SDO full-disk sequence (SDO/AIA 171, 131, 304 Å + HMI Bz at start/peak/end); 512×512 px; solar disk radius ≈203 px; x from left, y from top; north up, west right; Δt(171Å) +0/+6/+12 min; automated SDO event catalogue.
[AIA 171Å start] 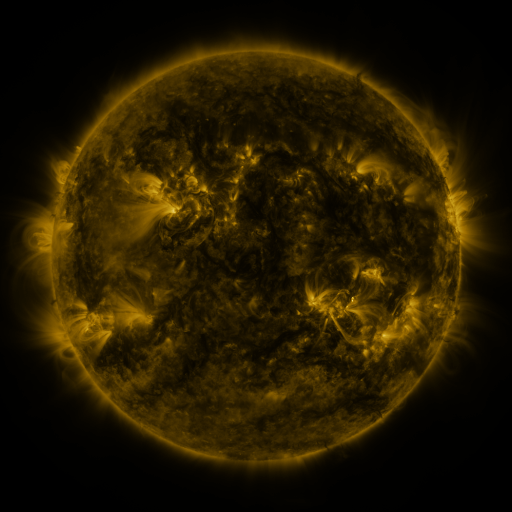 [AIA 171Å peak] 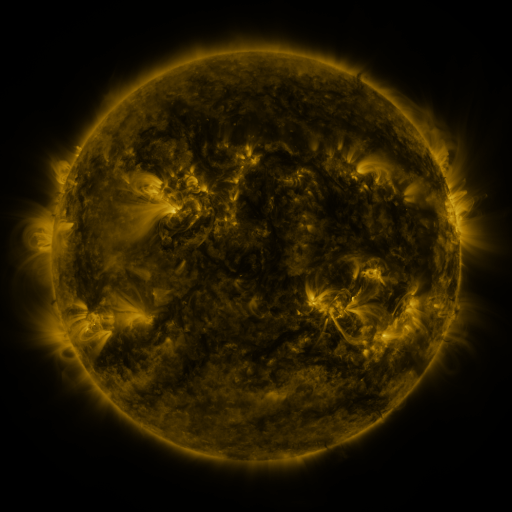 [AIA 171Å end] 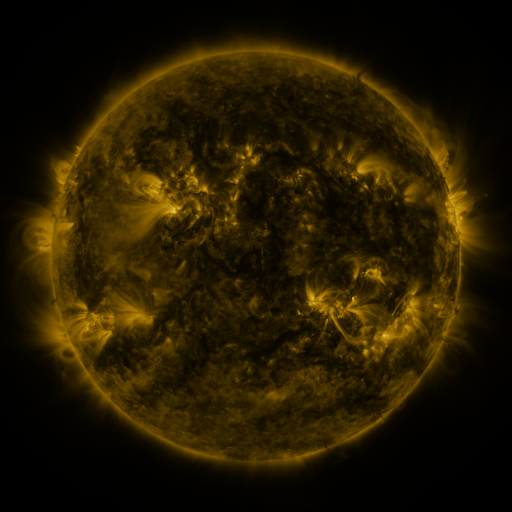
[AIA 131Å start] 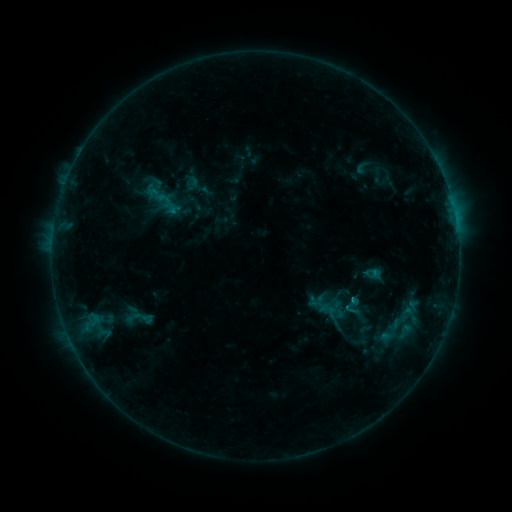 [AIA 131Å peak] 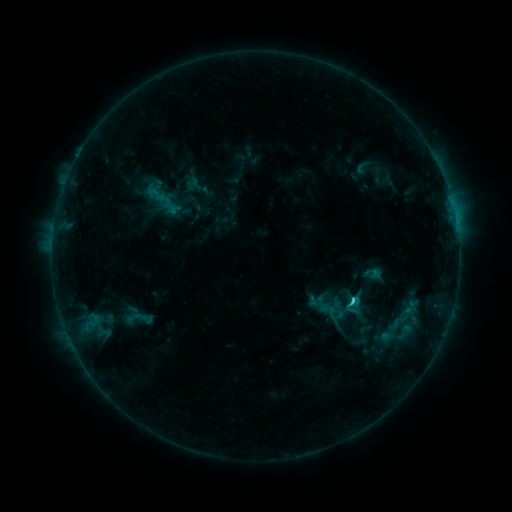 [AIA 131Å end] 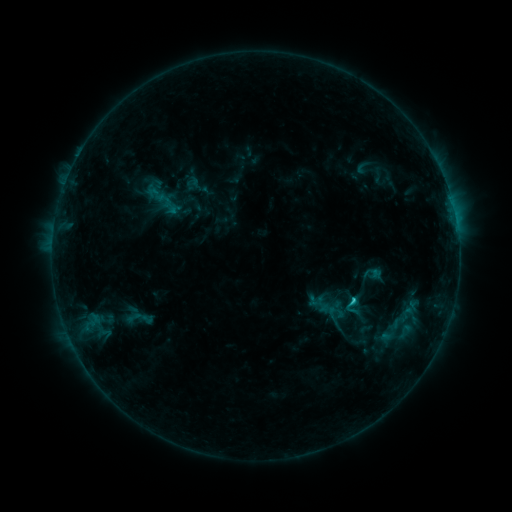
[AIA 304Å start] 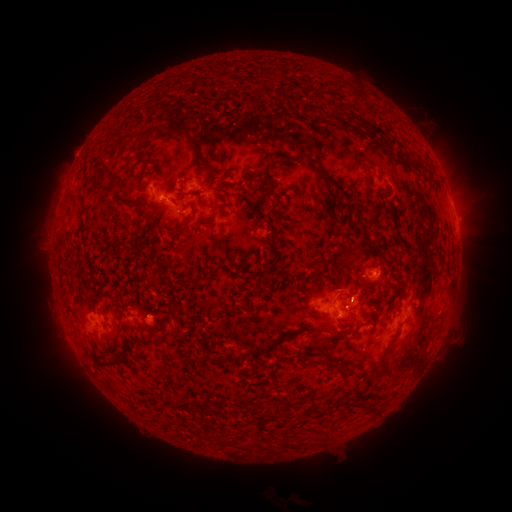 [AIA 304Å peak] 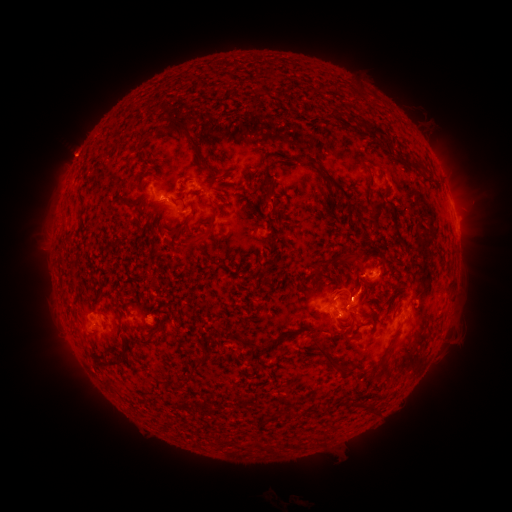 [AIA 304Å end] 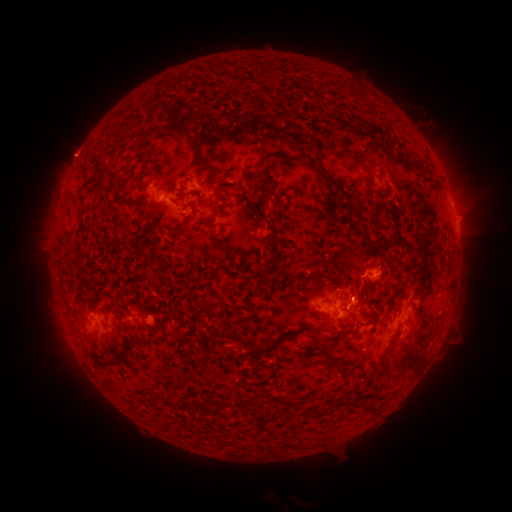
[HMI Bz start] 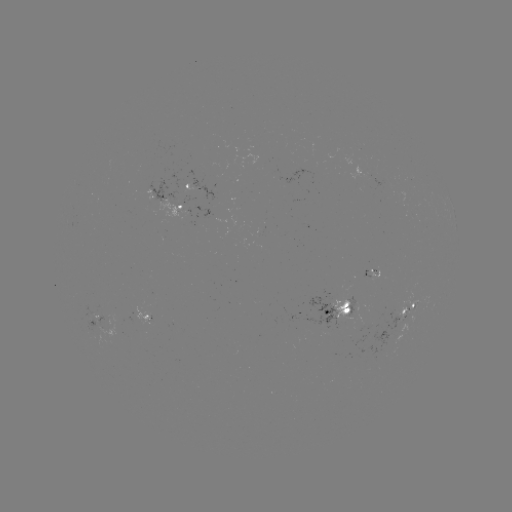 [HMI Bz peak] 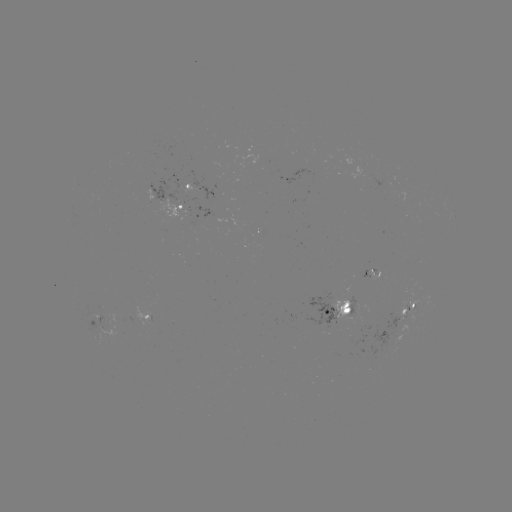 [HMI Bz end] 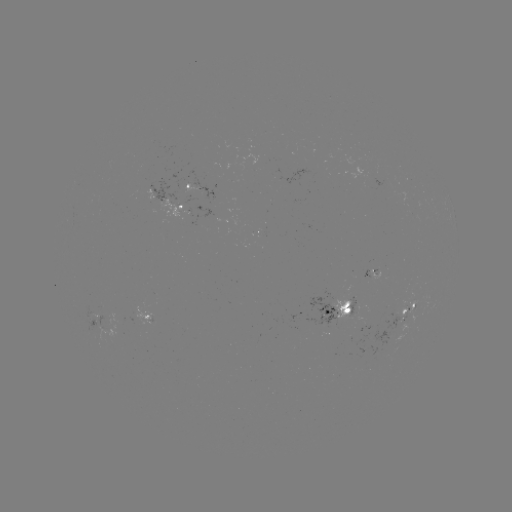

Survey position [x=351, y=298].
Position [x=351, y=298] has C1.6 flare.